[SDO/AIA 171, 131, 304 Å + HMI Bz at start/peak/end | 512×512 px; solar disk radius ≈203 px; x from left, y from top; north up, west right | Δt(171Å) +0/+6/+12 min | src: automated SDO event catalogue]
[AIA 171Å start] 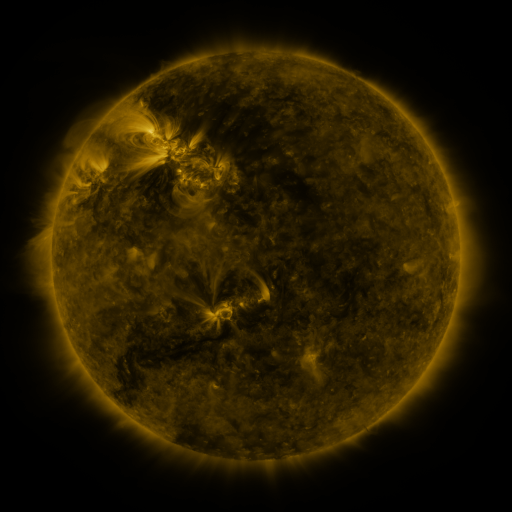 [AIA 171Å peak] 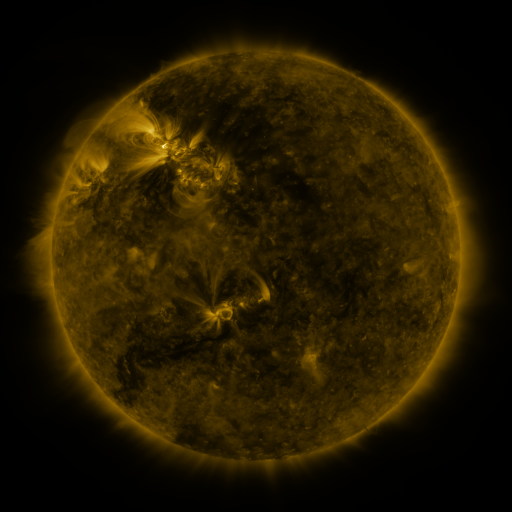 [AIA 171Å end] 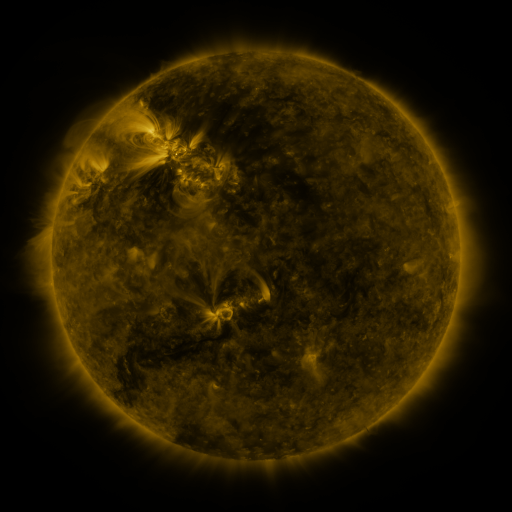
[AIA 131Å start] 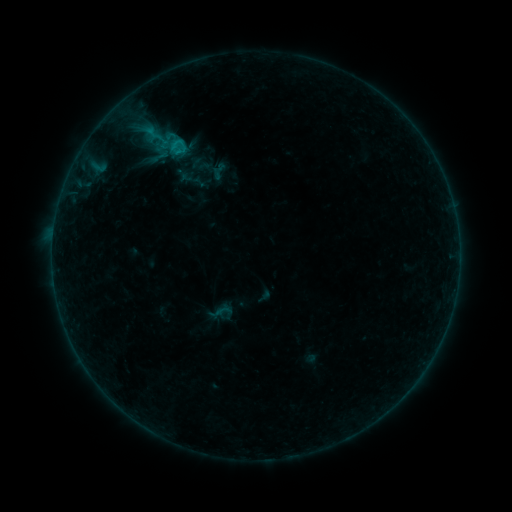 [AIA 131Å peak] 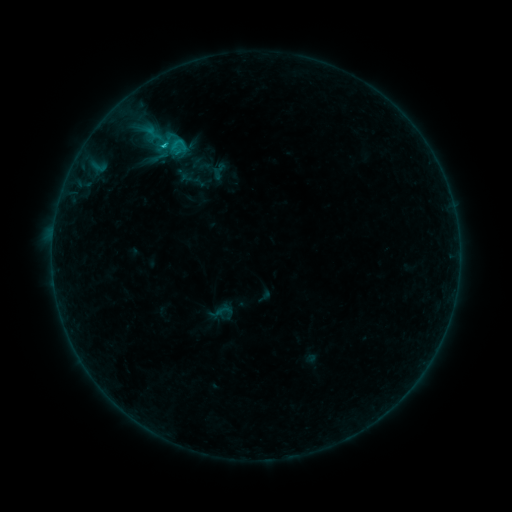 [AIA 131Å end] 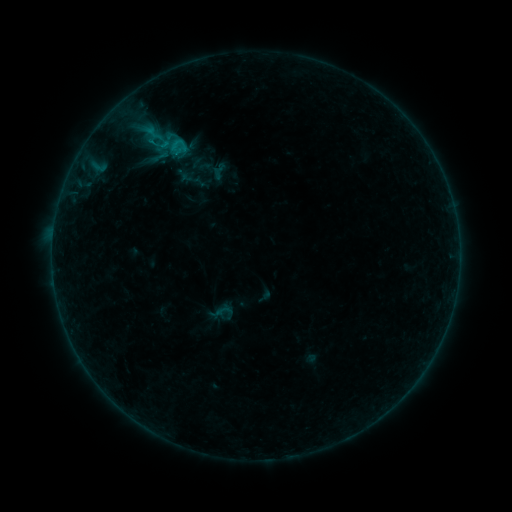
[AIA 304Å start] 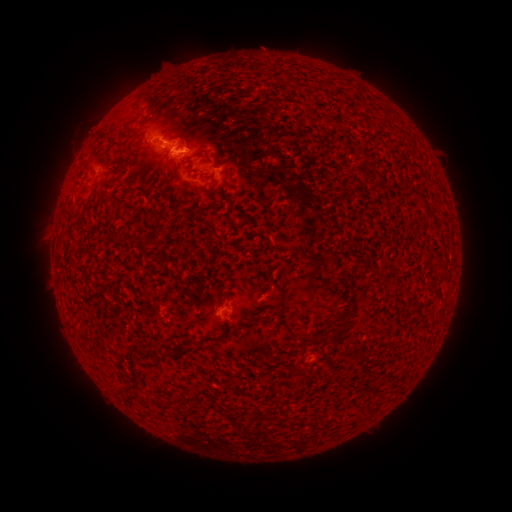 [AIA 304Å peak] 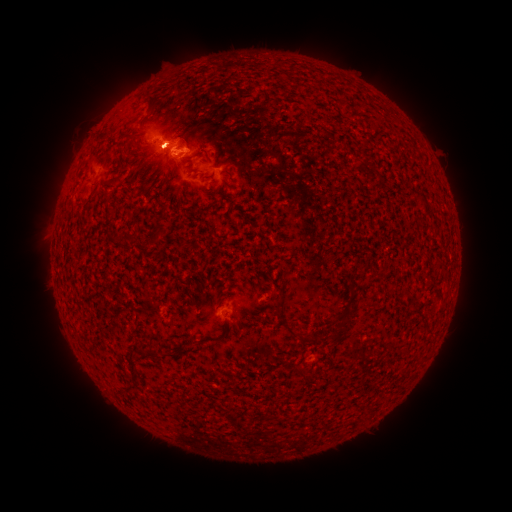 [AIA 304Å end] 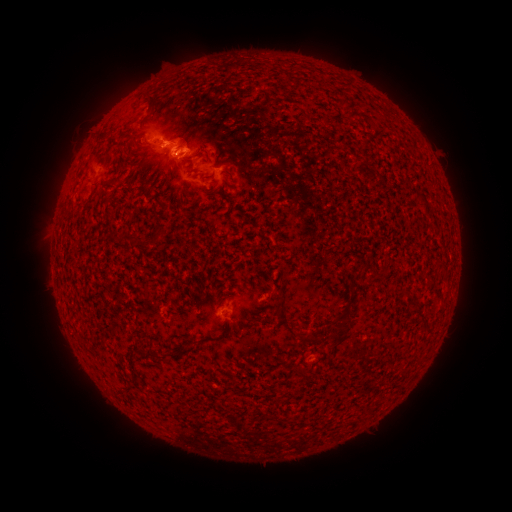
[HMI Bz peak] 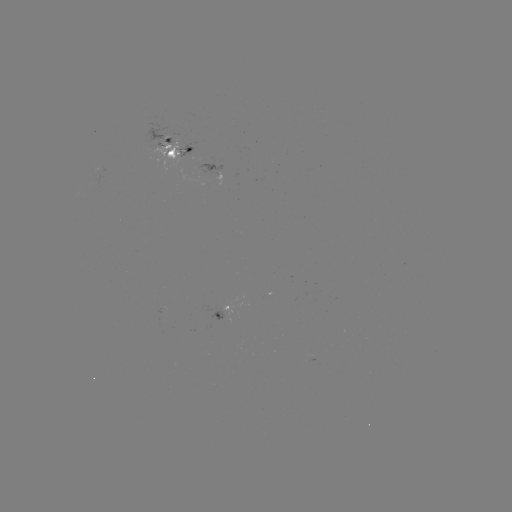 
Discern C1.1 flare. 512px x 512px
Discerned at (164, 147).